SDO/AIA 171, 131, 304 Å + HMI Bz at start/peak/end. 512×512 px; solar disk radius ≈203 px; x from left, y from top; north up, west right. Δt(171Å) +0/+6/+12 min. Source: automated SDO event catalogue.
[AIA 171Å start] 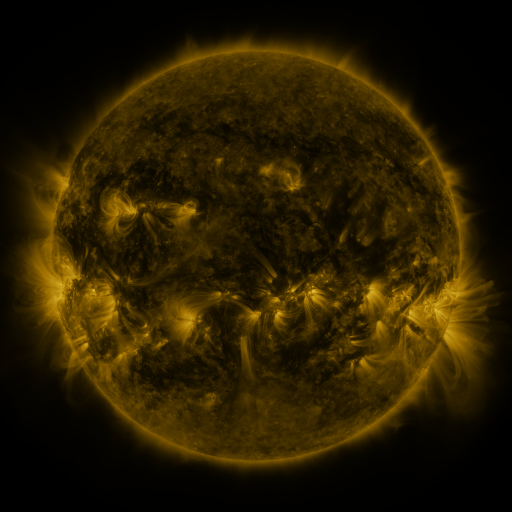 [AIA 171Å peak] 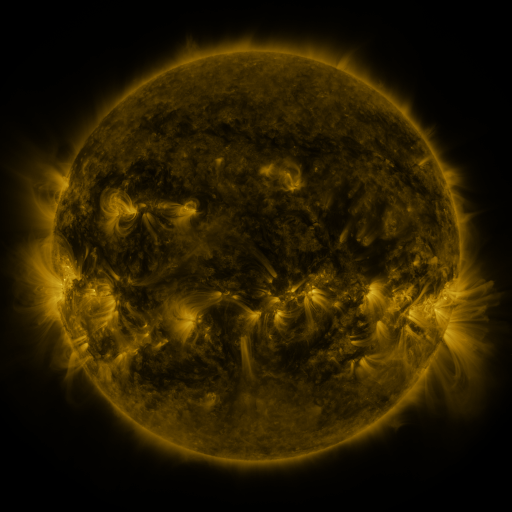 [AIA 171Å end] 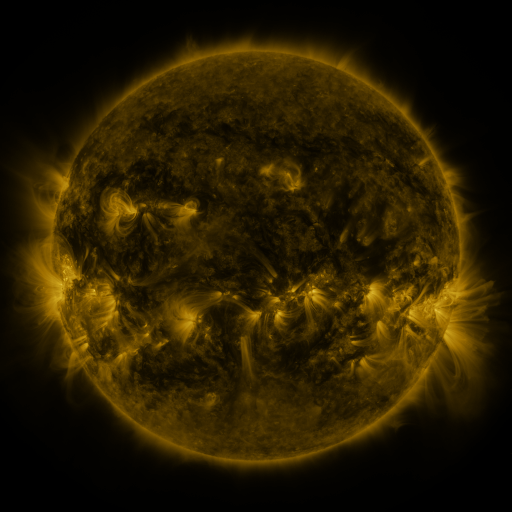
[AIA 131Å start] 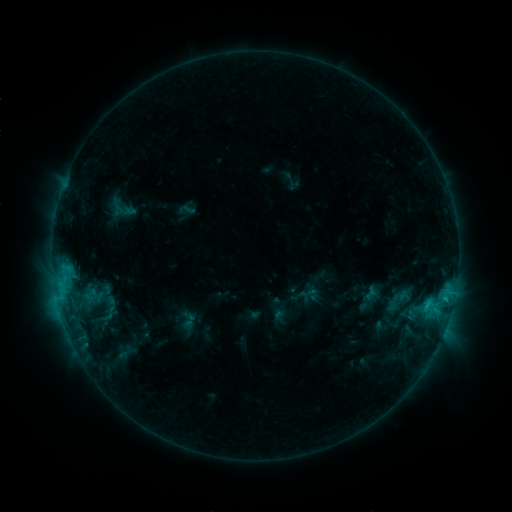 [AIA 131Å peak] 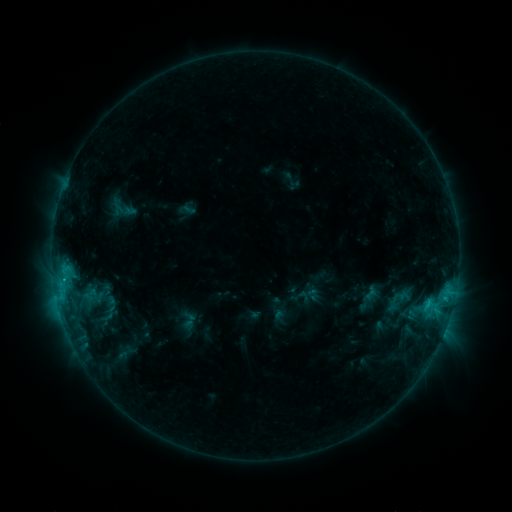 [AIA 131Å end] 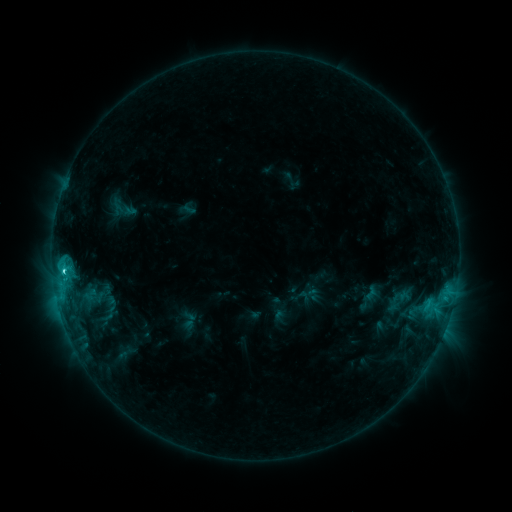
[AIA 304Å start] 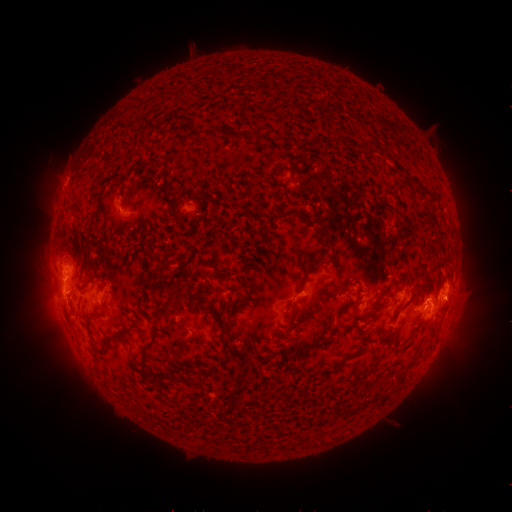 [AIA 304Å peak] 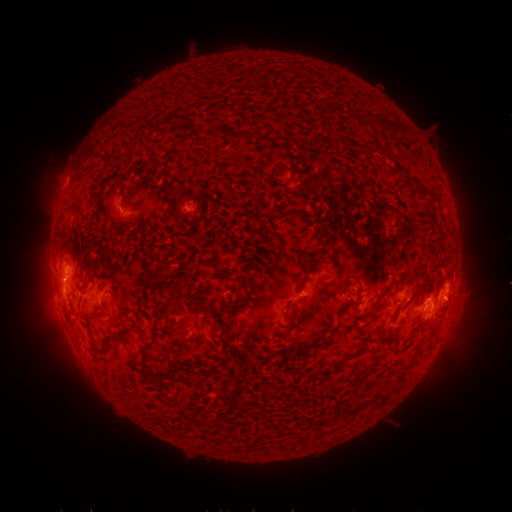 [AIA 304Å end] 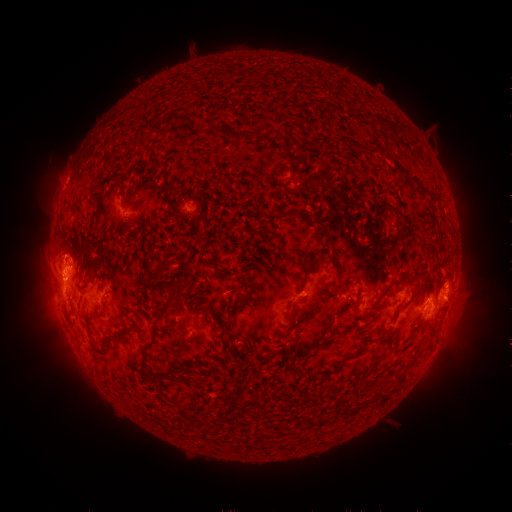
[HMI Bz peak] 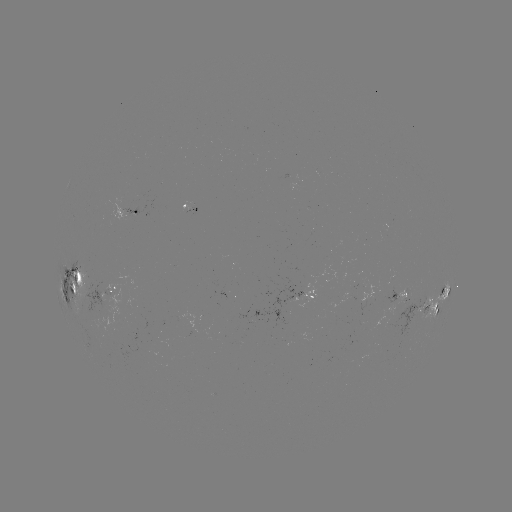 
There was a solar eruption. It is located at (52, 253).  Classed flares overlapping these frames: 1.